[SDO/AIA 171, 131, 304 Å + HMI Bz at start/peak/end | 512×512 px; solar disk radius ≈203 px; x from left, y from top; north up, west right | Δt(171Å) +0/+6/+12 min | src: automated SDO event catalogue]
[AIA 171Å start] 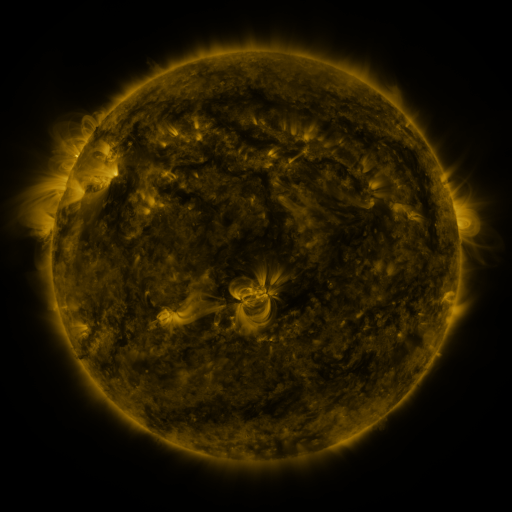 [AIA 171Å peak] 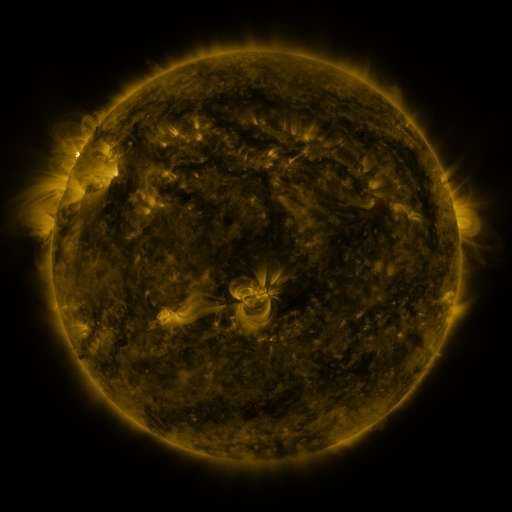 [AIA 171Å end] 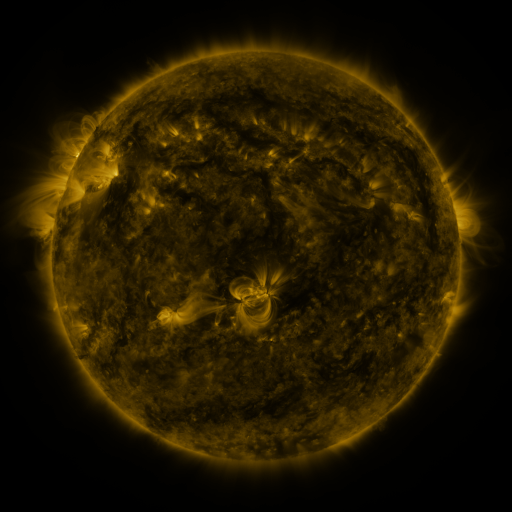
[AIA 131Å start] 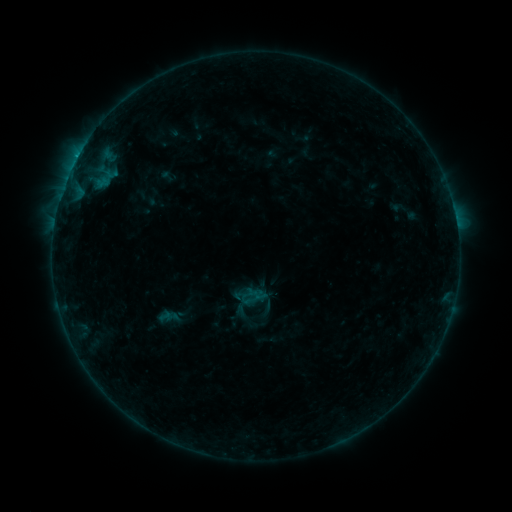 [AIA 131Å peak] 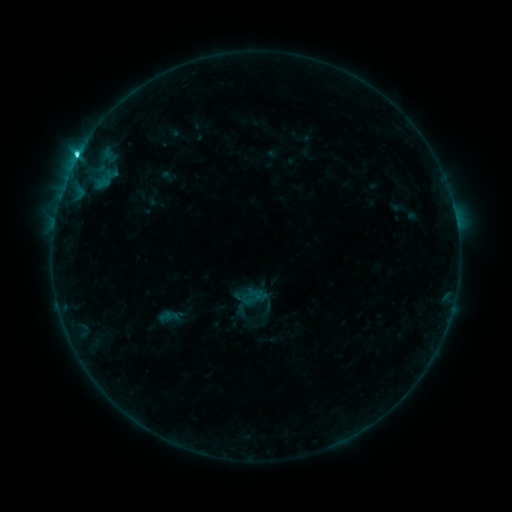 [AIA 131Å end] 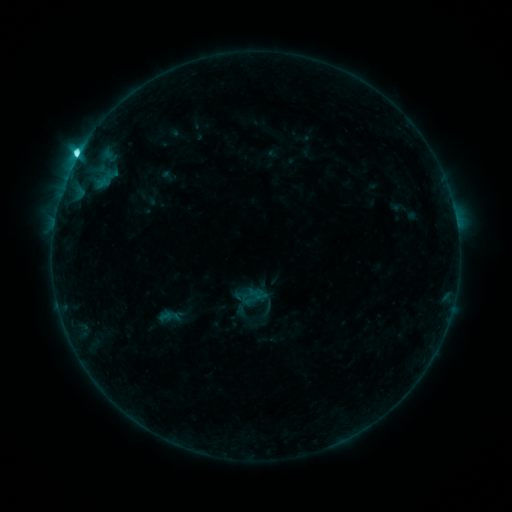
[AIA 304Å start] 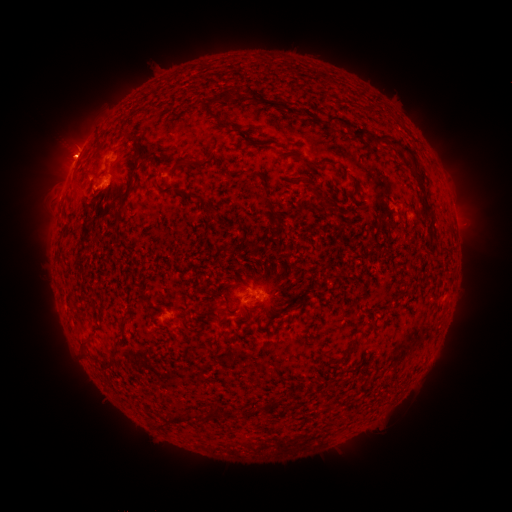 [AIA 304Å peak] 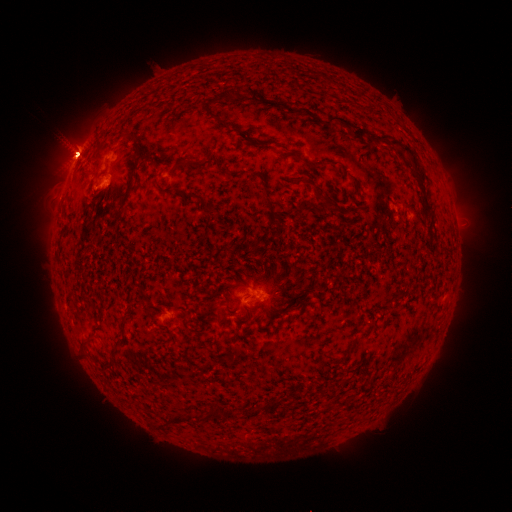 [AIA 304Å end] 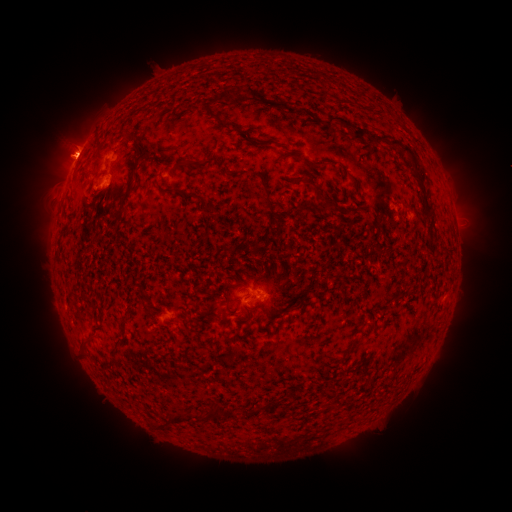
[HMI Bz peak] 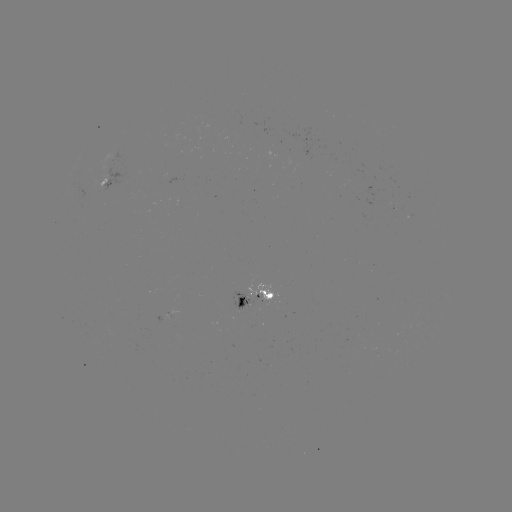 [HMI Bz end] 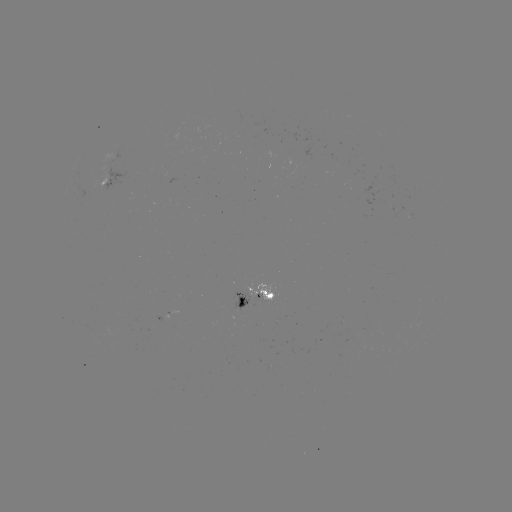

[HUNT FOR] eruption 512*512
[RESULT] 74,146